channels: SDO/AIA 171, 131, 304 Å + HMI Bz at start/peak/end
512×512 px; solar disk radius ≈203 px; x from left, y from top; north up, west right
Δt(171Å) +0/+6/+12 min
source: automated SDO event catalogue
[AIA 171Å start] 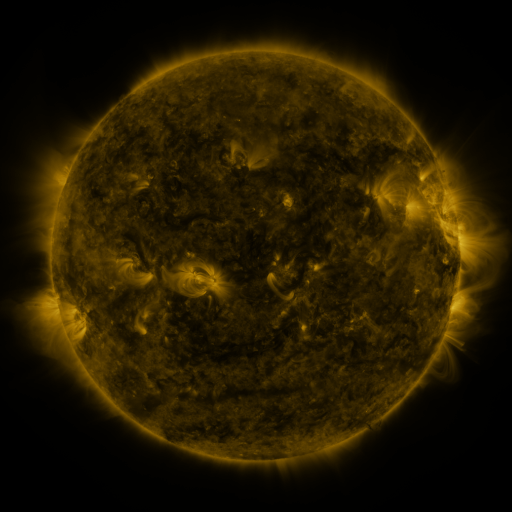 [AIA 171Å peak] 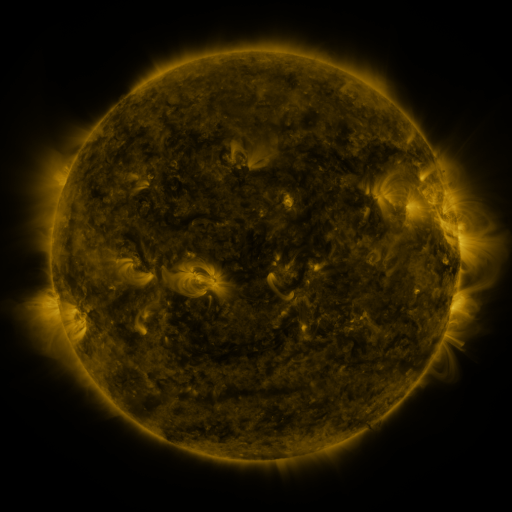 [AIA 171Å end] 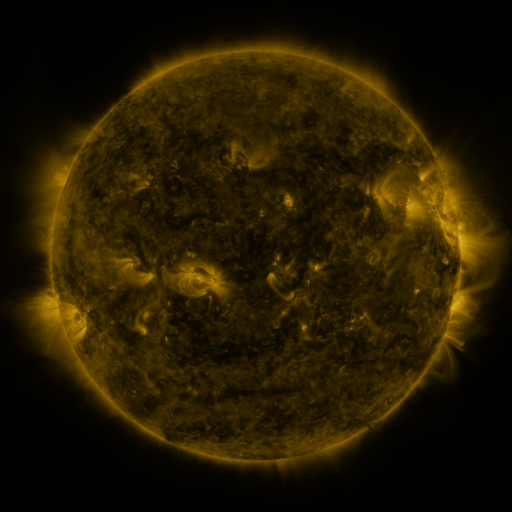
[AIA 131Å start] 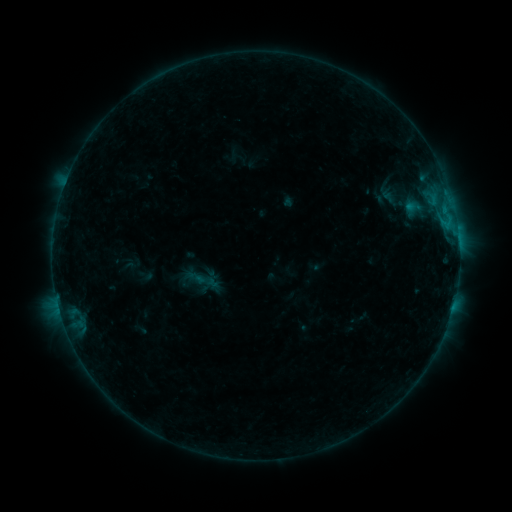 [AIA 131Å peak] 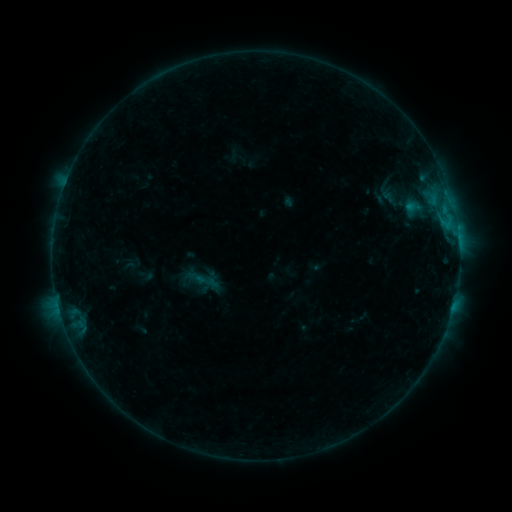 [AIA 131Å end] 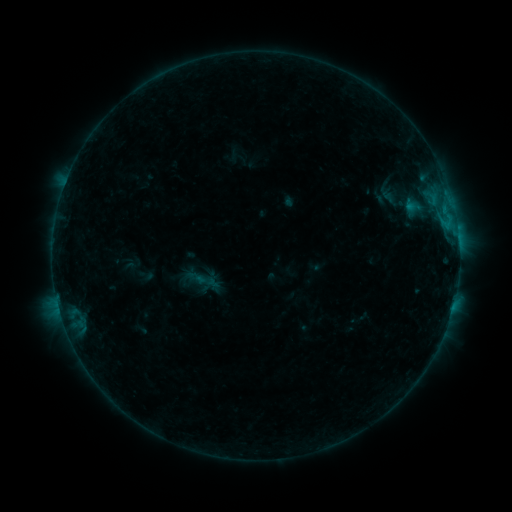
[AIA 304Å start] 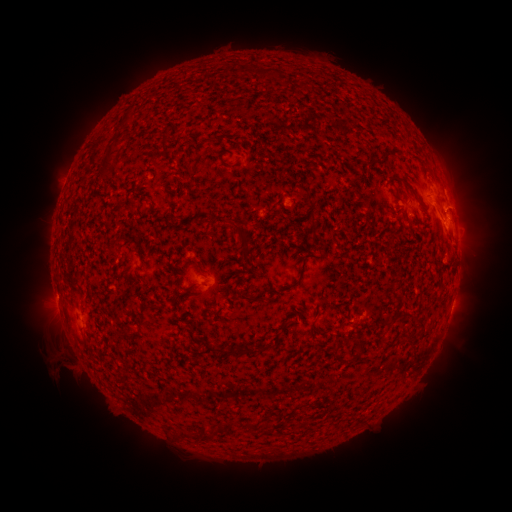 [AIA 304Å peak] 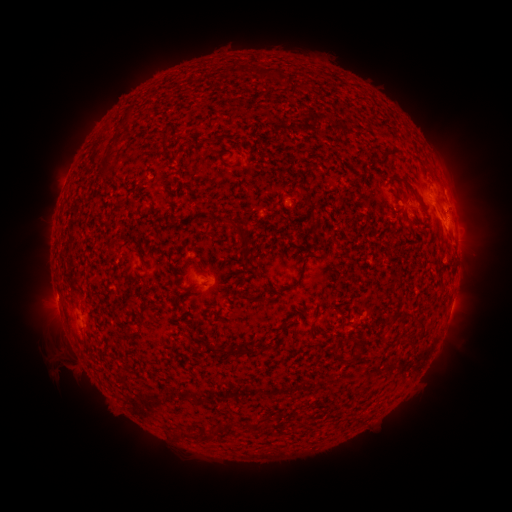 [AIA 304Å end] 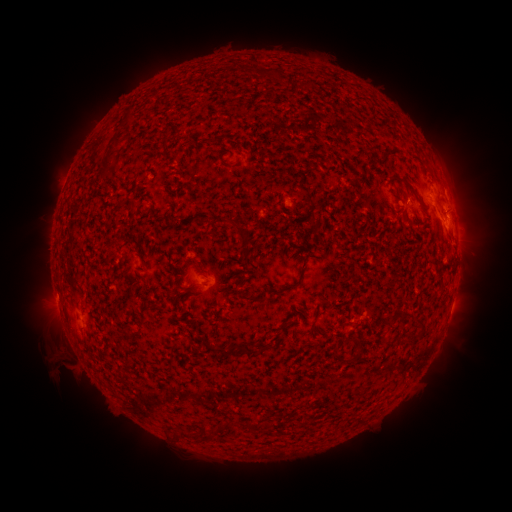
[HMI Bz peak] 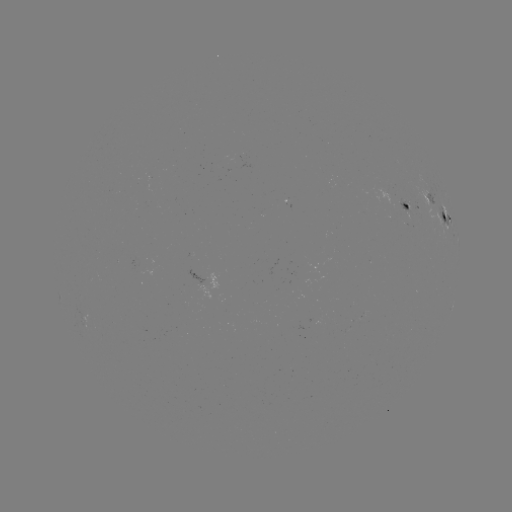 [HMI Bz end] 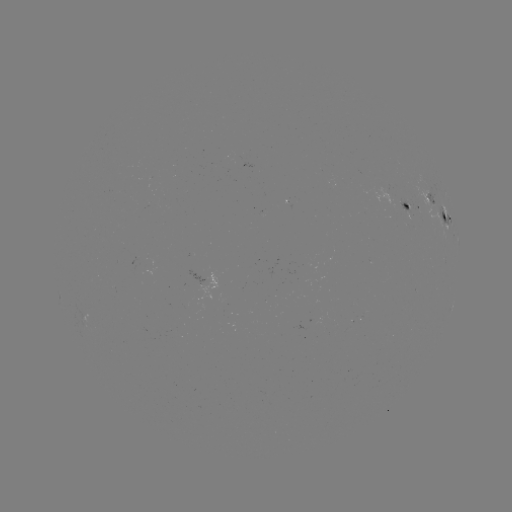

nothing was catalogued: no classed flare, no EUV trigger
